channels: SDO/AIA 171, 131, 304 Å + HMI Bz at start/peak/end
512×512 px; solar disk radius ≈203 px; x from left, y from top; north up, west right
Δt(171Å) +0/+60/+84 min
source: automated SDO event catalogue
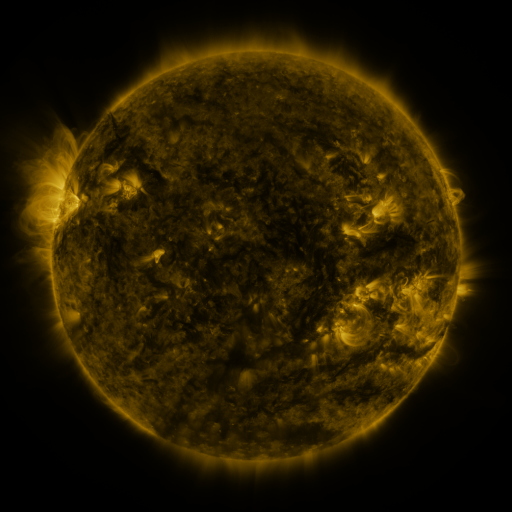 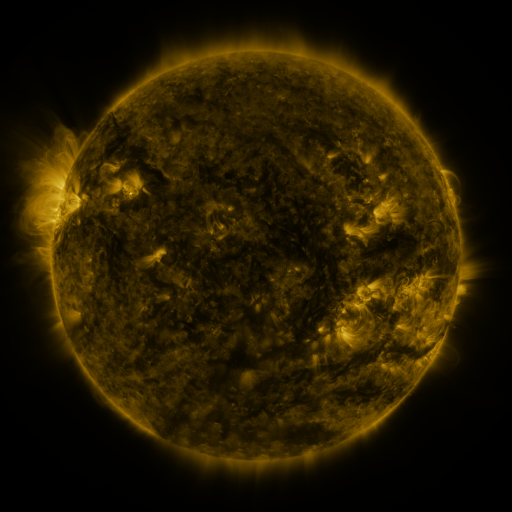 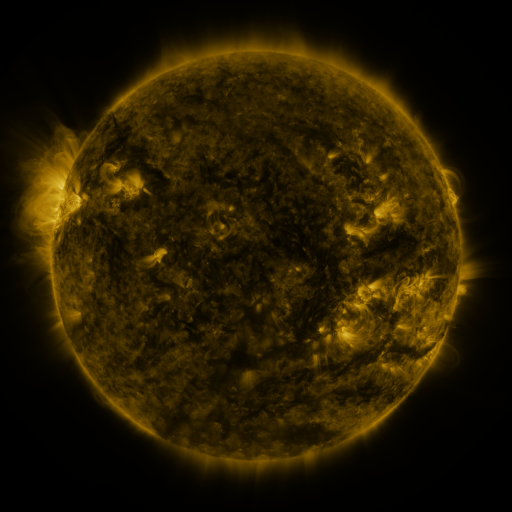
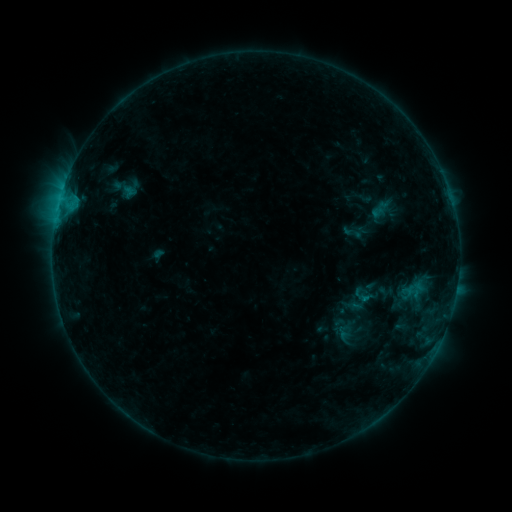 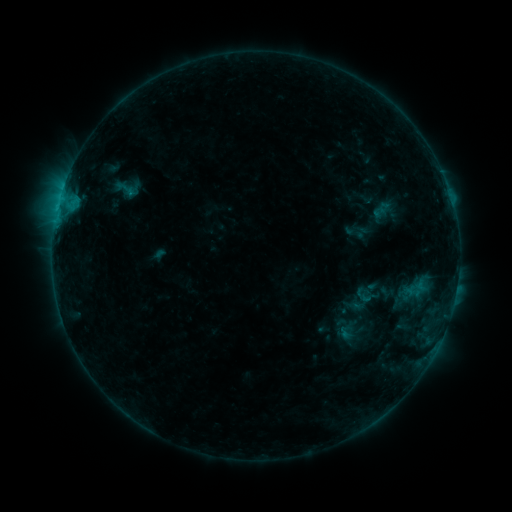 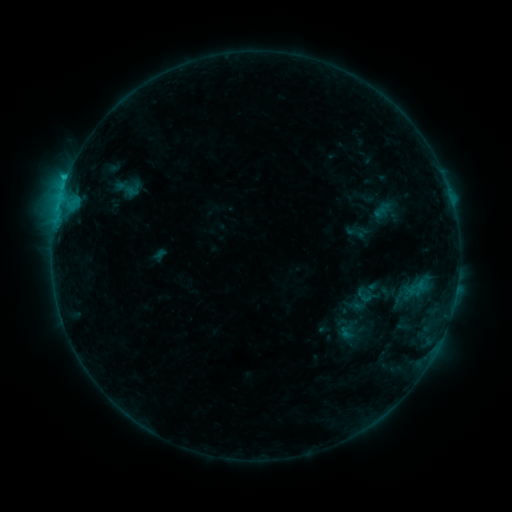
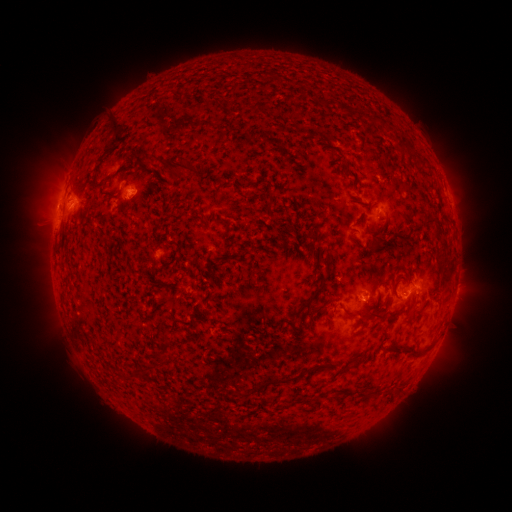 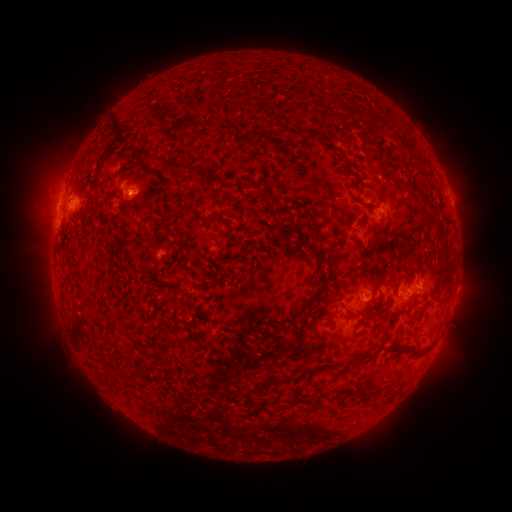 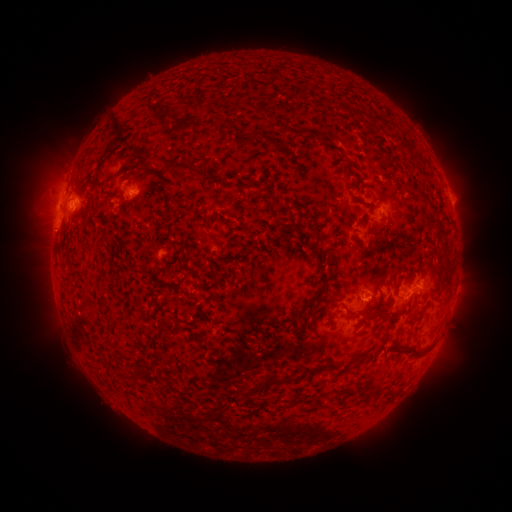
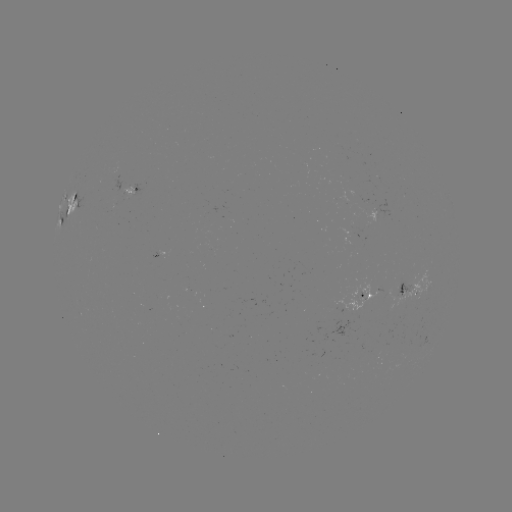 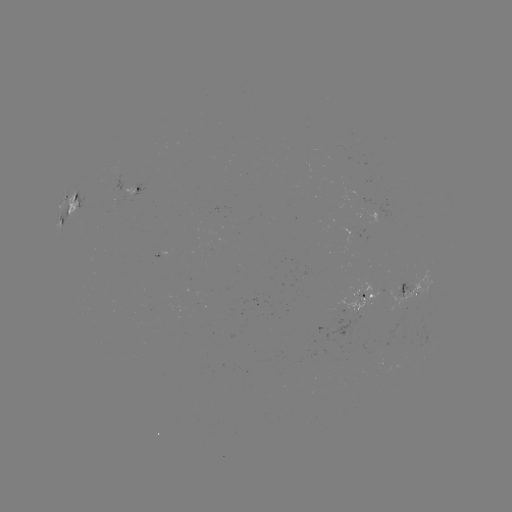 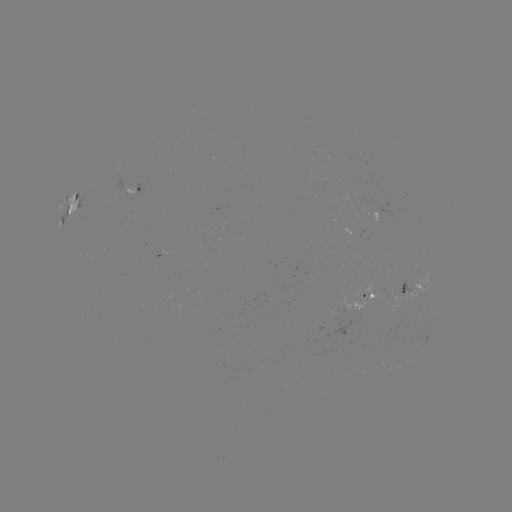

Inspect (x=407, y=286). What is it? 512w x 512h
emerging-flux region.